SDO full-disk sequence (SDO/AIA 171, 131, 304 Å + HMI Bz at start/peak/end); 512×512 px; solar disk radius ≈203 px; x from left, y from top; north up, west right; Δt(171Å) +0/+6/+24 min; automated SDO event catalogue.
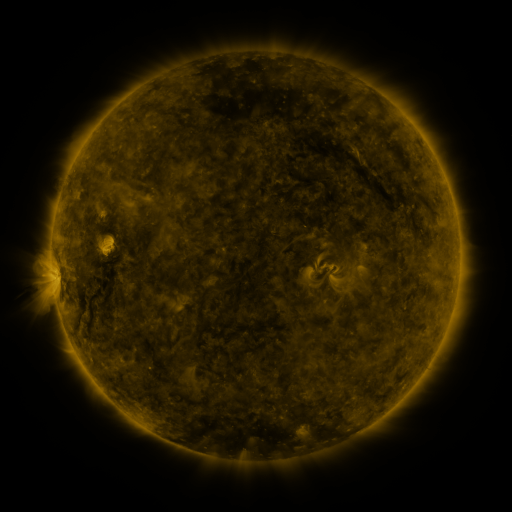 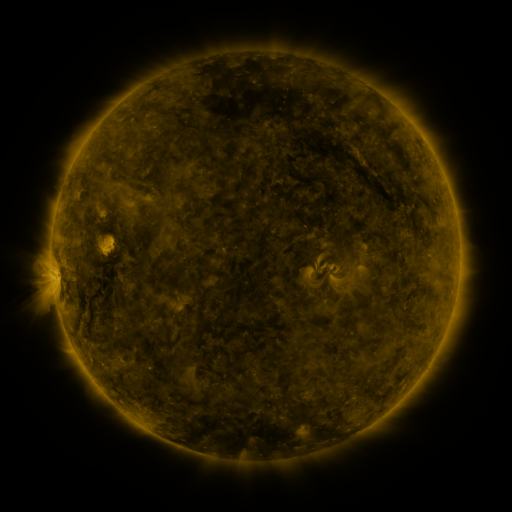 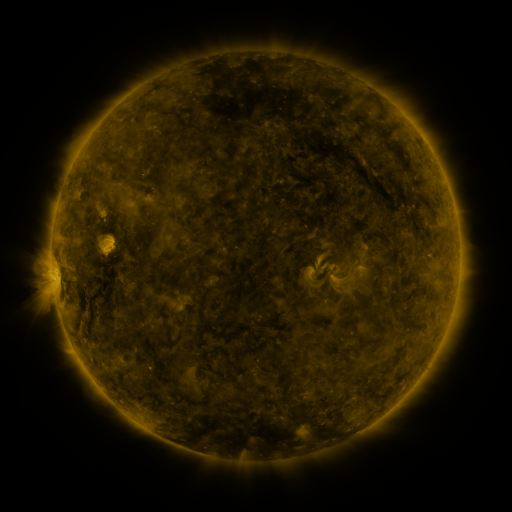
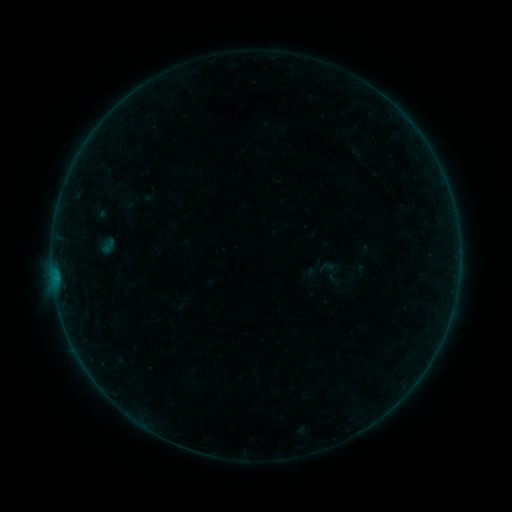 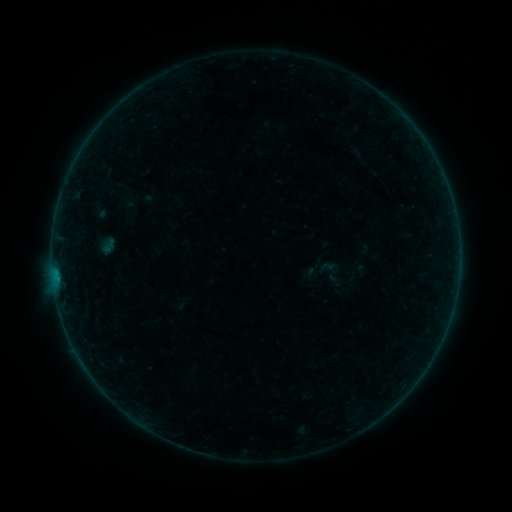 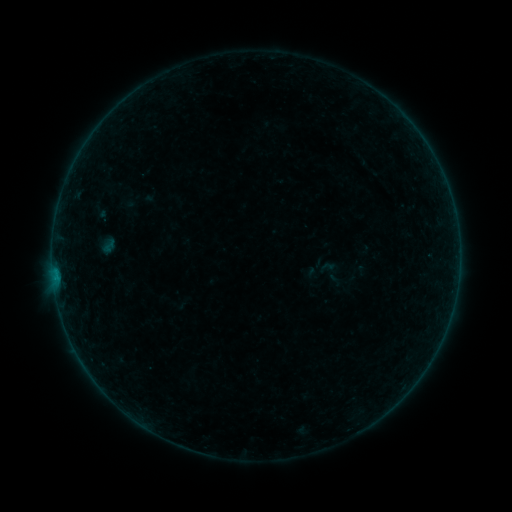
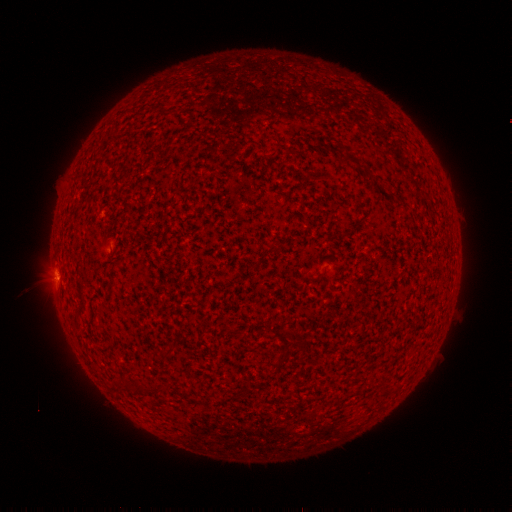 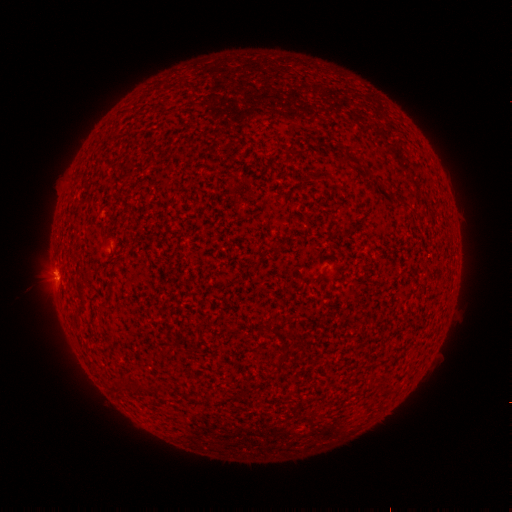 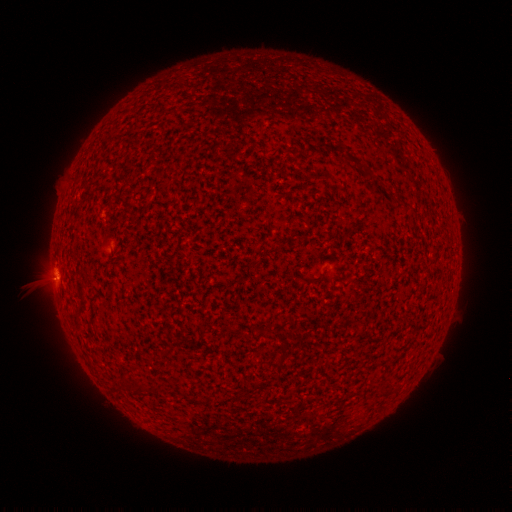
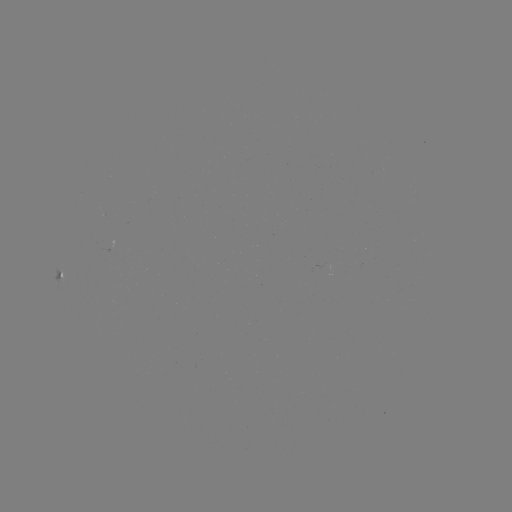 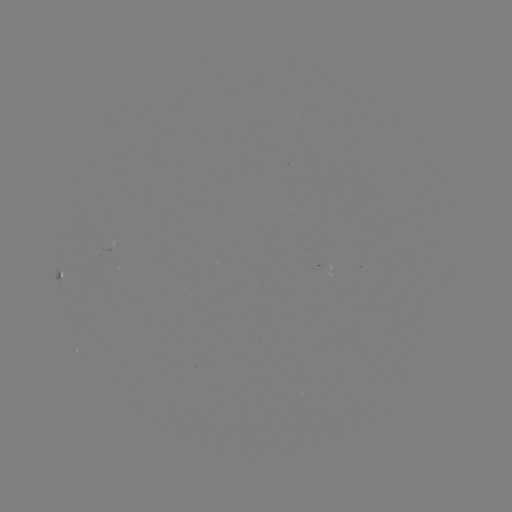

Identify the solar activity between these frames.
B1.9 flare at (54, 276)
